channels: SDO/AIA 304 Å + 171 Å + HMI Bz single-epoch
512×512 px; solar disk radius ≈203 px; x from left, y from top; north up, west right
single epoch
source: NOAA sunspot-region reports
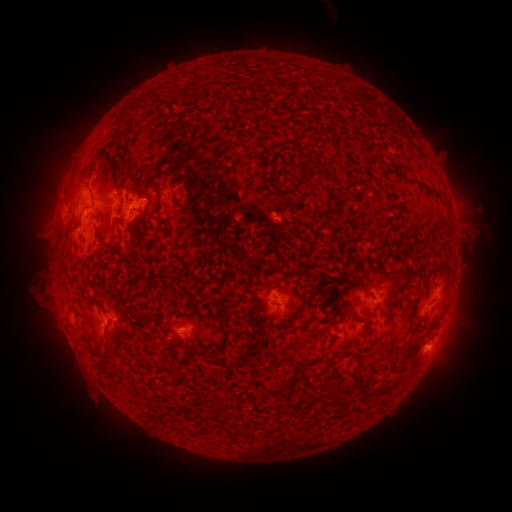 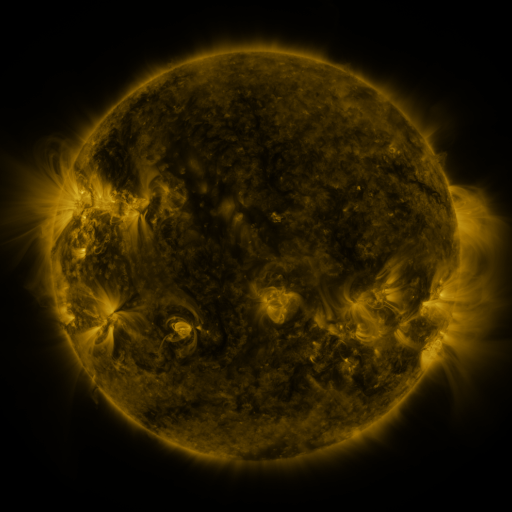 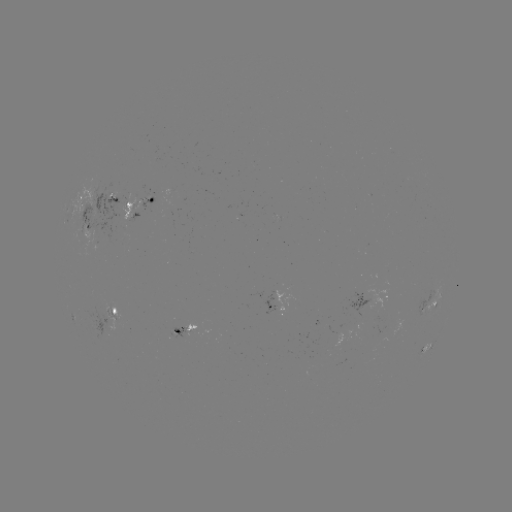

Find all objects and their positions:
spotted active region: (112, 198)
spotted active region: (143, 202)
spotted active region: (90, 226)
spotted active region: (364, 300)
spotted active region: (435, 301)
spotted active region: (188, 304)
spotted active region: (188, 307)
spotted active region: (187, 327)
